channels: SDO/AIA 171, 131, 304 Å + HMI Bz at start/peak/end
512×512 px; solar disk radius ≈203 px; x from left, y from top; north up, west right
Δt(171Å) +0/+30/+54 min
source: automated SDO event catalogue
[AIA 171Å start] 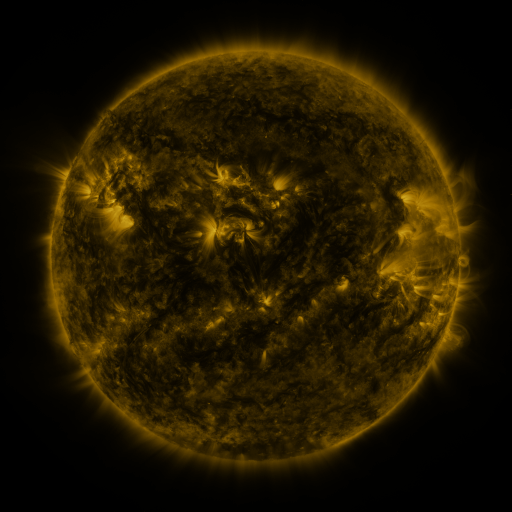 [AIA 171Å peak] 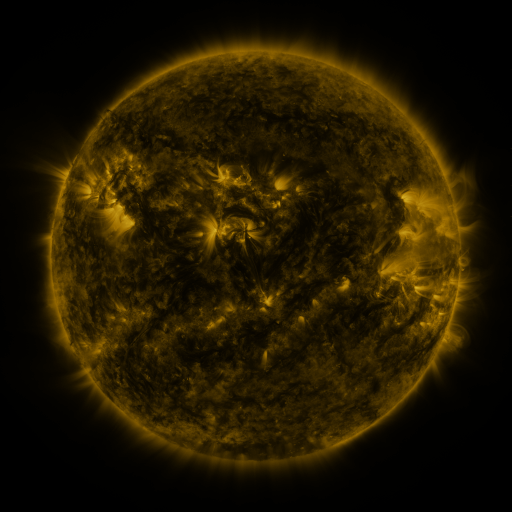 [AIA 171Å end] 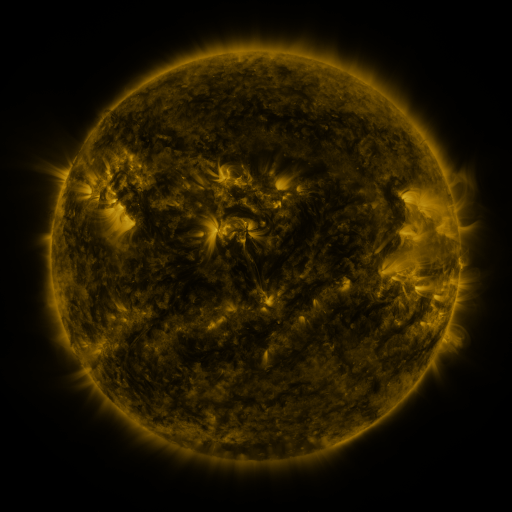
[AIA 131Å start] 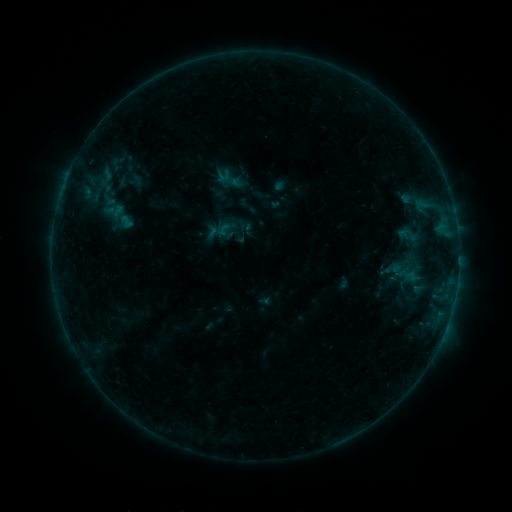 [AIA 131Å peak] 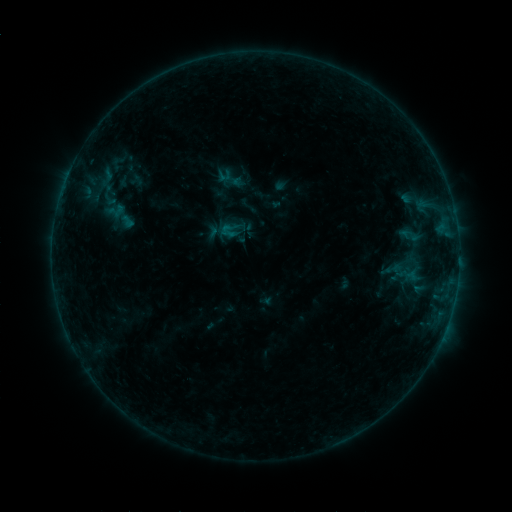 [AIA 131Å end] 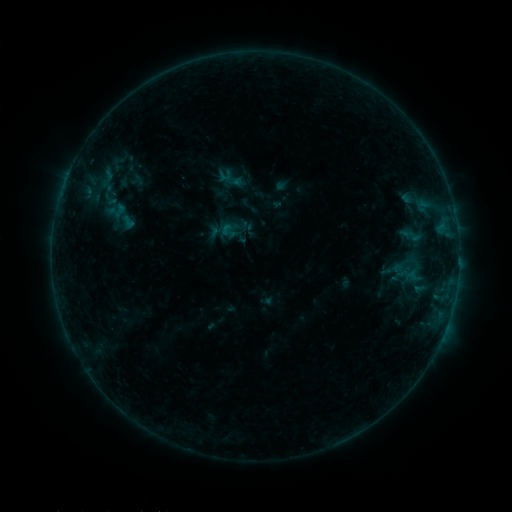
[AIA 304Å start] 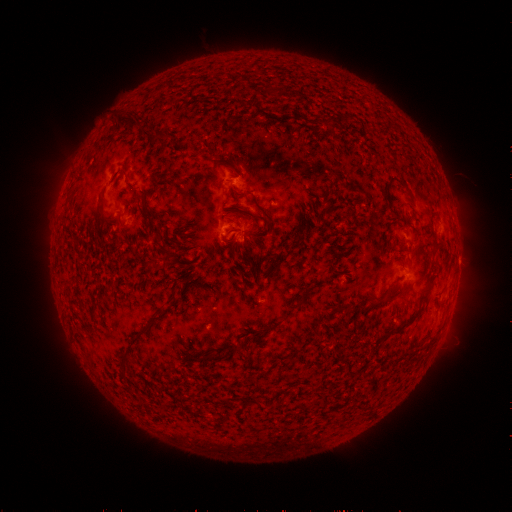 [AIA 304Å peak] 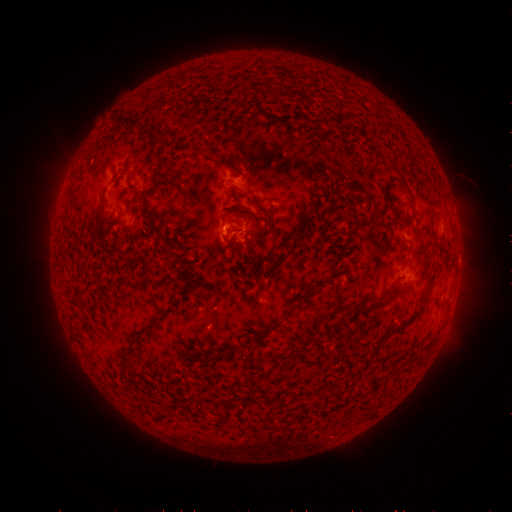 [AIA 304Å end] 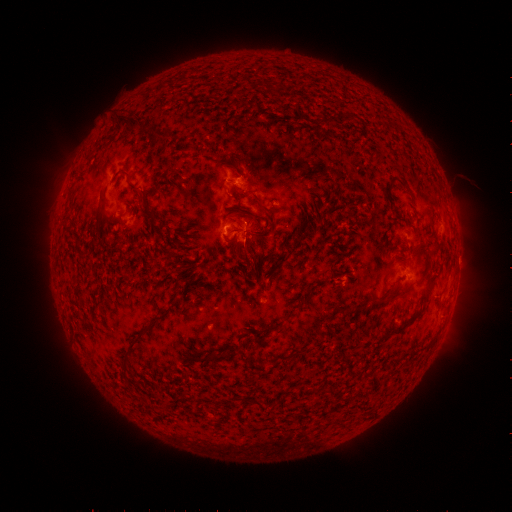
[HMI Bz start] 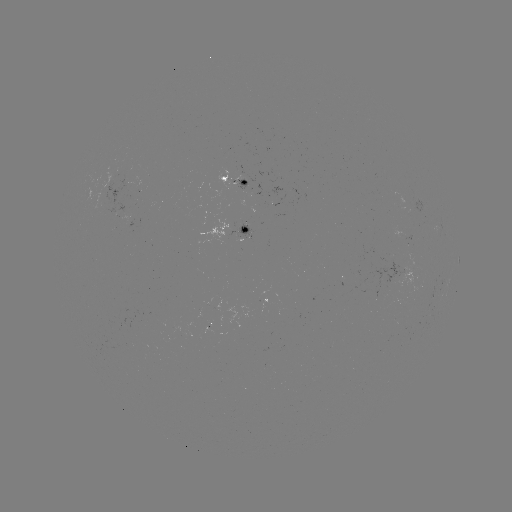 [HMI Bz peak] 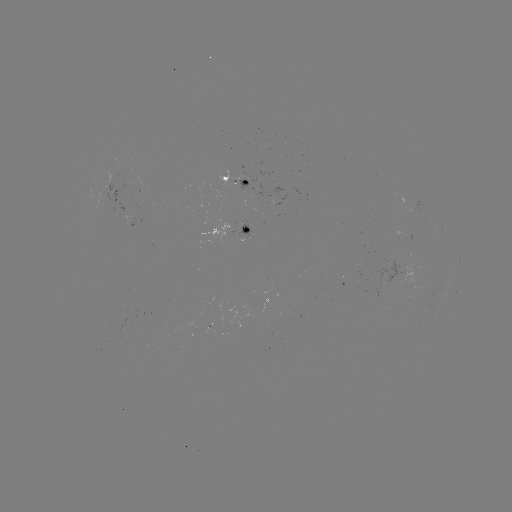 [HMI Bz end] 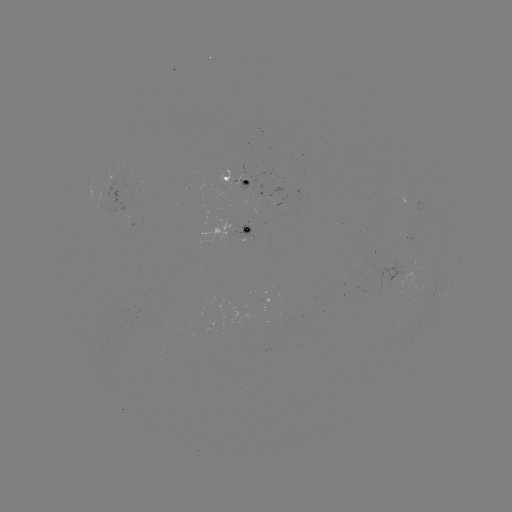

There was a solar flare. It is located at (234, 237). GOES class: B4.9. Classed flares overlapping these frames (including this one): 1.